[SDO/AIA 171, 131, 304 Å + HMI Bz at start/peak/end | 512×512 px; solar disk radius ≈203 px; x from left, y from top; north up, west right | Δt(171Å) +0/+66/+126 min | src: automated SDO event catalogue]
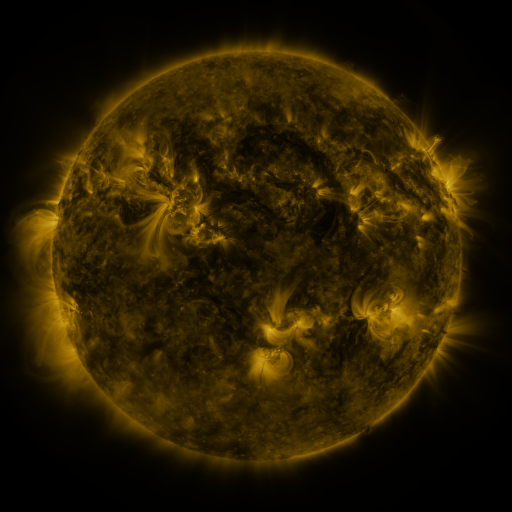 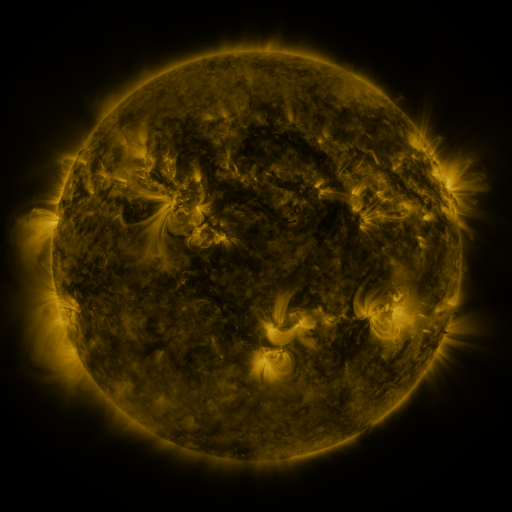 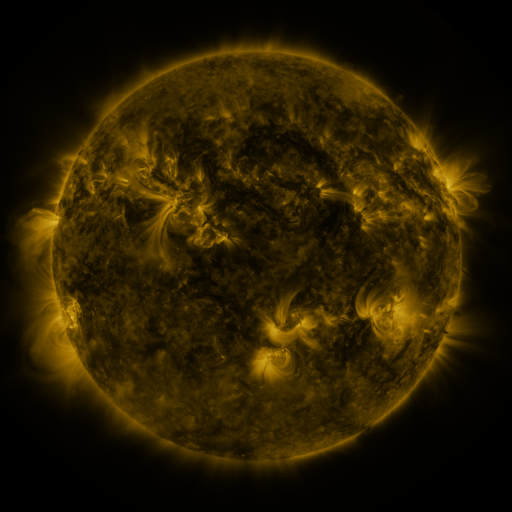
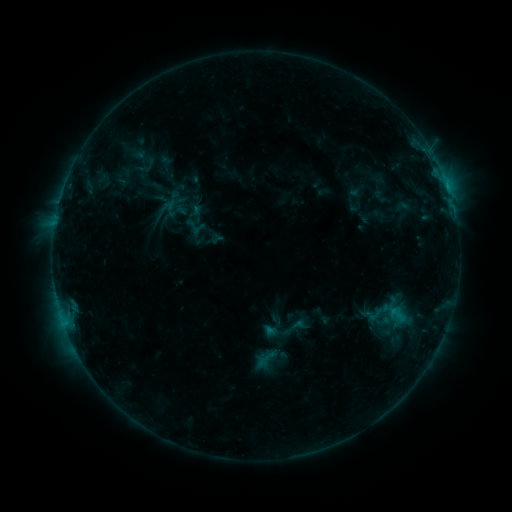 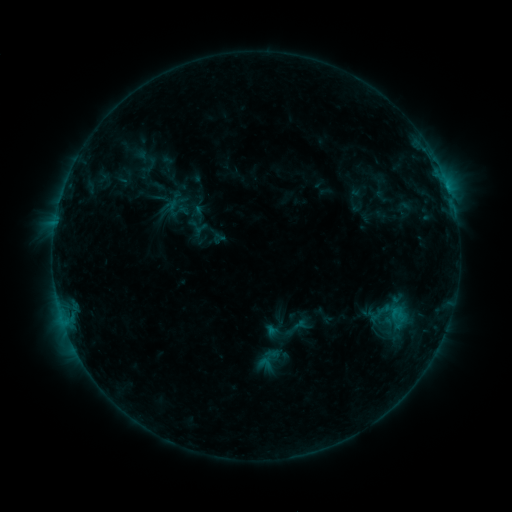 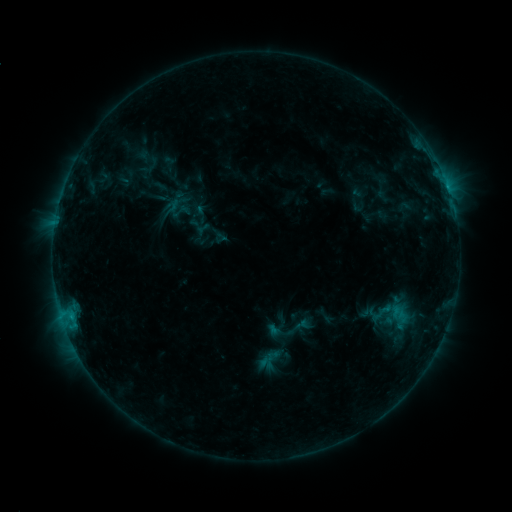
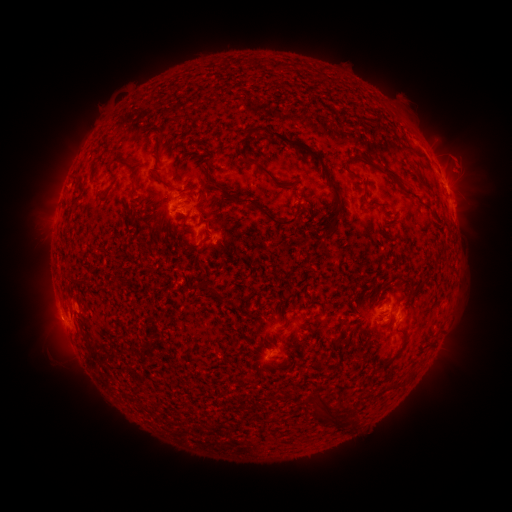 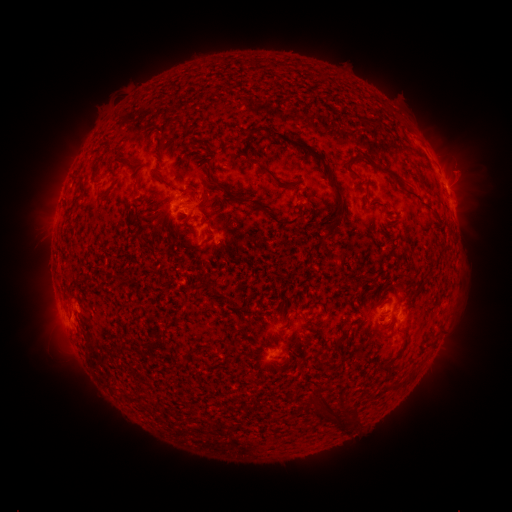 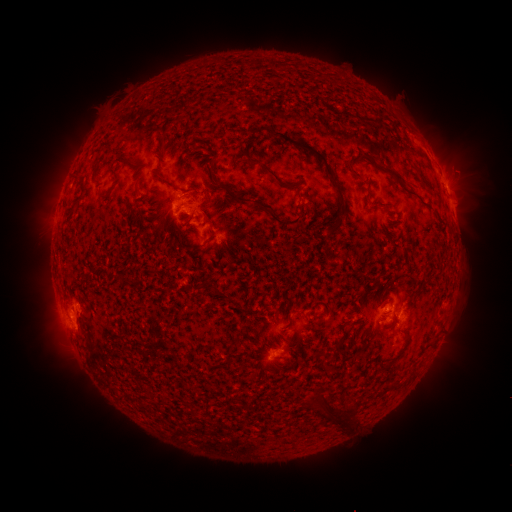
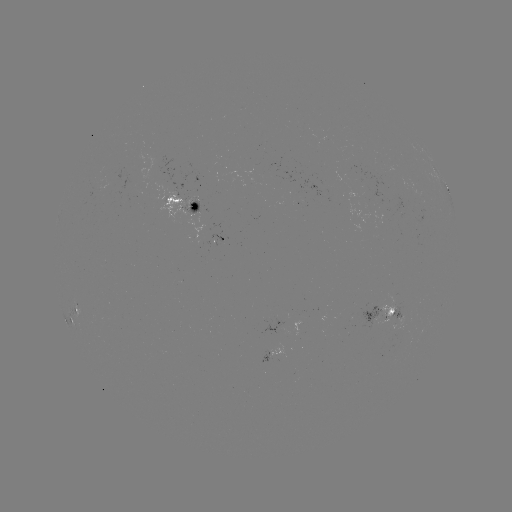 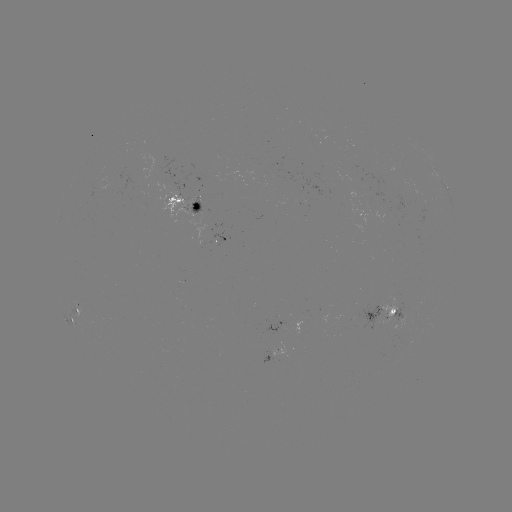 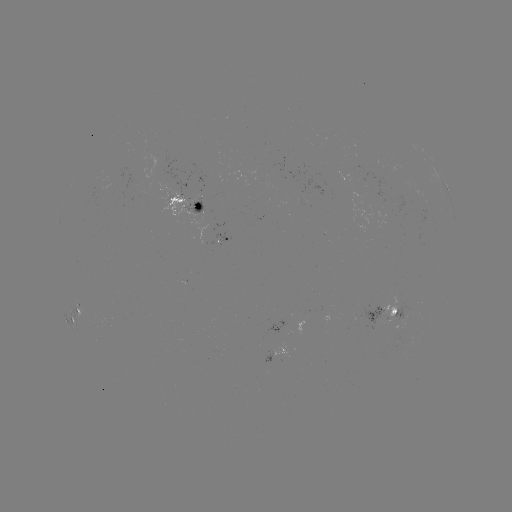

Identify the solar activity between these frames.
filament eruption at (48, 330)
